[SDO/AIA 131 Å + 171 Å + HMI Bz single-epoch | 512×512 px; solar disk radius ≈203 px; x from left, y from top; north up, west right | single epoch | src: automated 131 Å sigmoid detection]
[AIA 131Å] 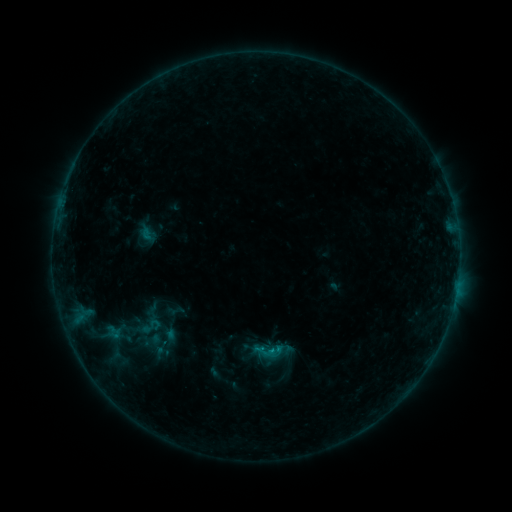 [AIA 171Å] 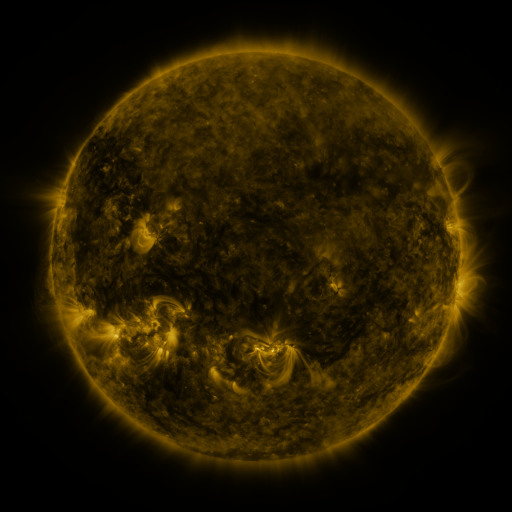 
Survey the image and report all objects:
sigmoid: (151, 327)
sigmoid: (268, 351)
